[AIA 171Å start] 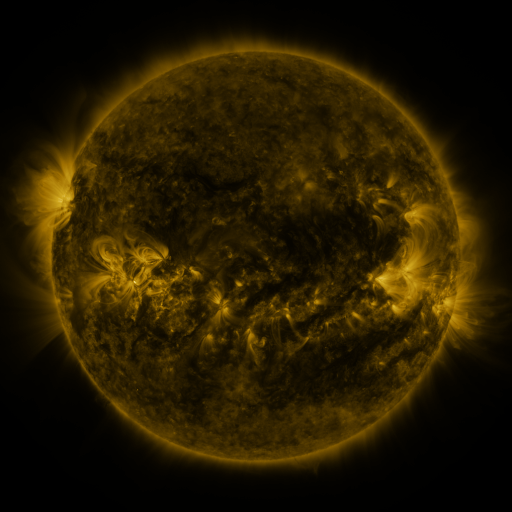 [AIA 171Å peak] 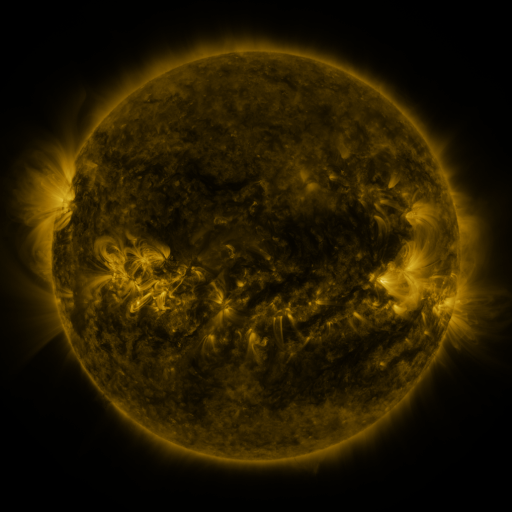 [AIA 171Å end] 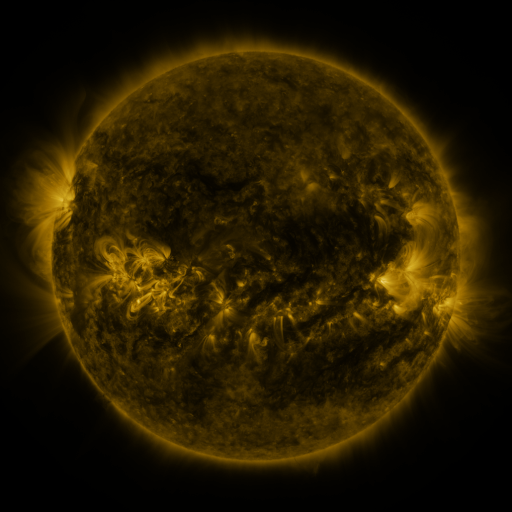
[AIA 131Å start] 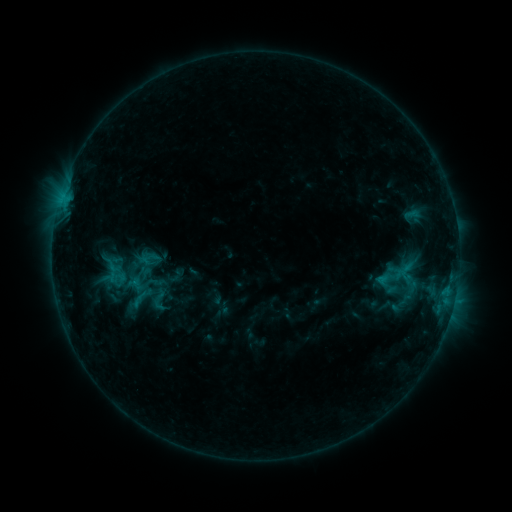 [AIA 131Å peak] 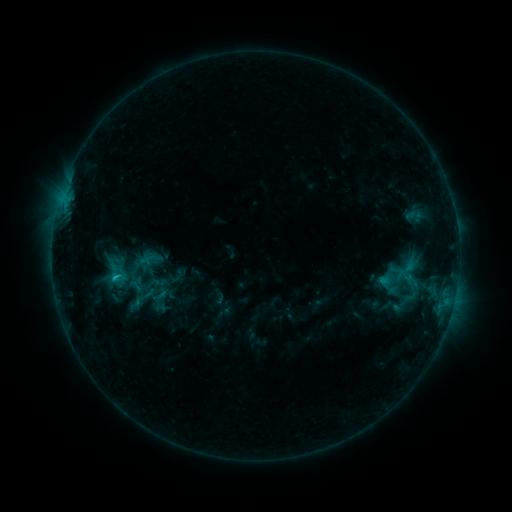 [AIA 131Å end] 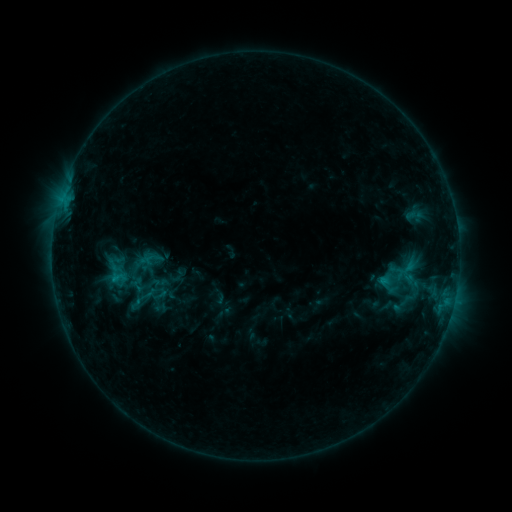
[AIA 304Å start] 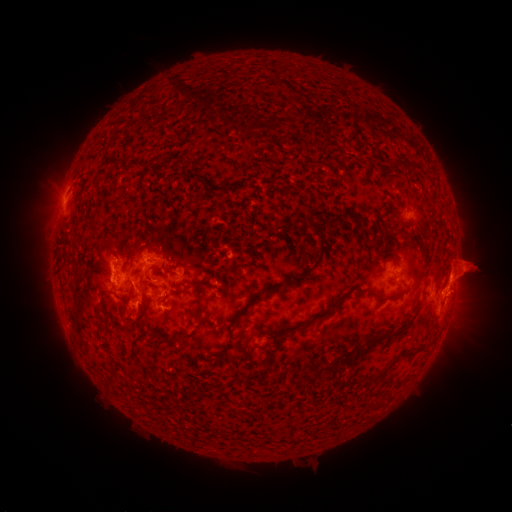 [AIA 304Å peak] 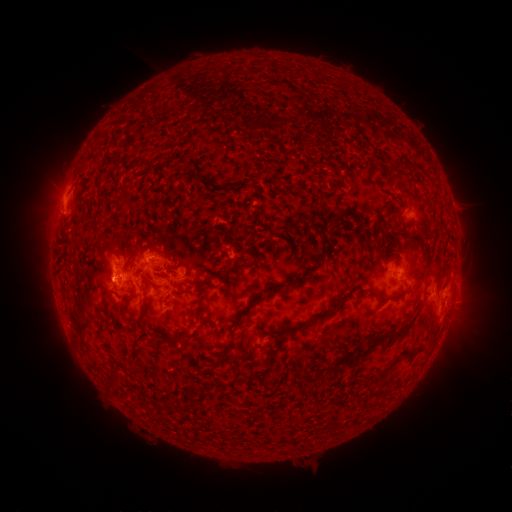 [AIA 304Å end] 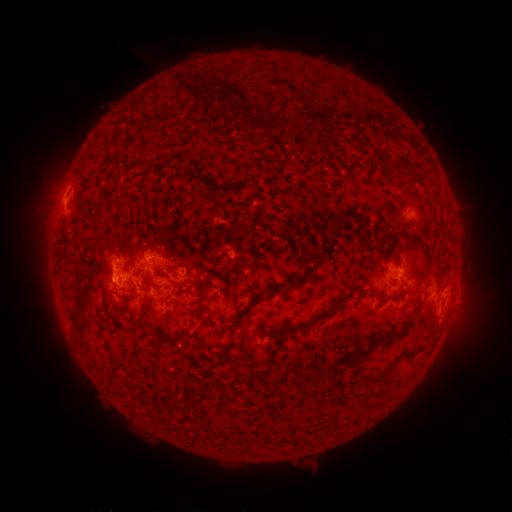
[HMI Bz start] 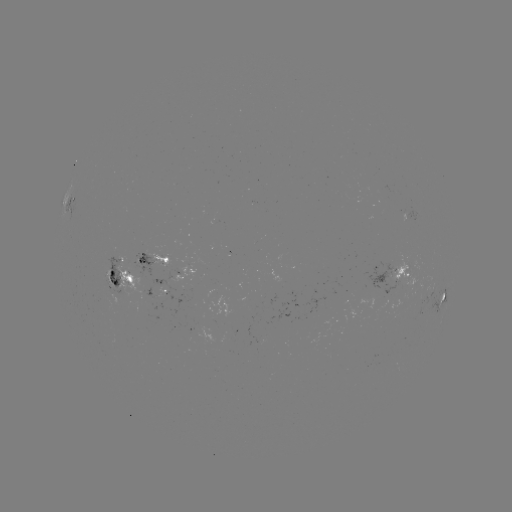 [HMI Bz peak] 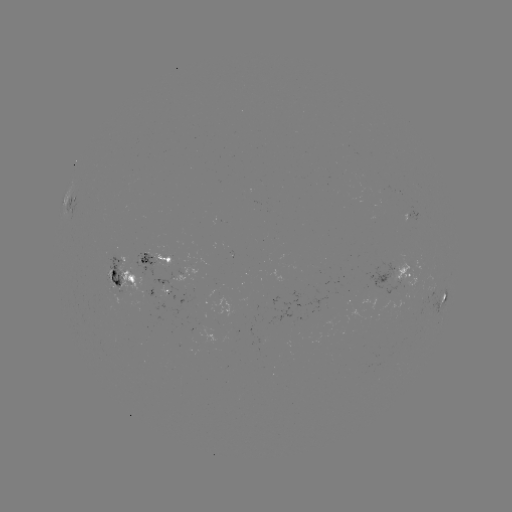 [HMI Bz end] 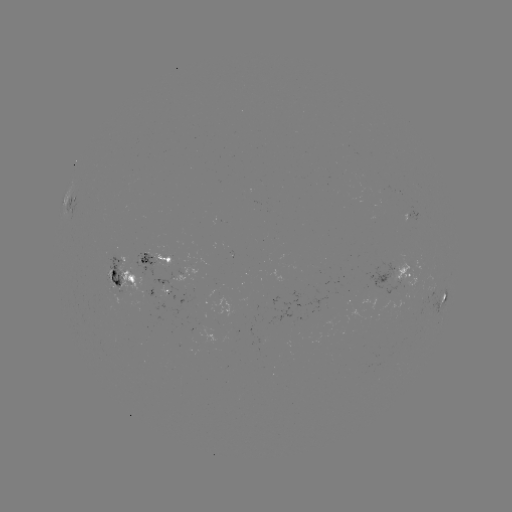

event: emerging-flux region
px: (270, 302)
